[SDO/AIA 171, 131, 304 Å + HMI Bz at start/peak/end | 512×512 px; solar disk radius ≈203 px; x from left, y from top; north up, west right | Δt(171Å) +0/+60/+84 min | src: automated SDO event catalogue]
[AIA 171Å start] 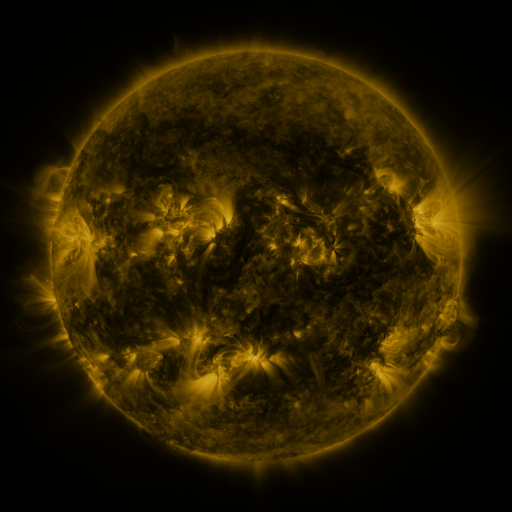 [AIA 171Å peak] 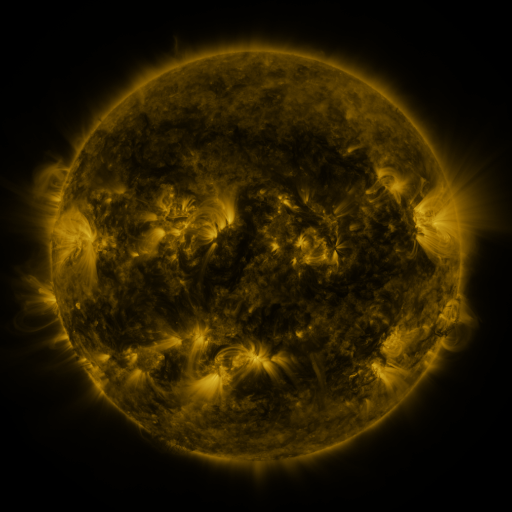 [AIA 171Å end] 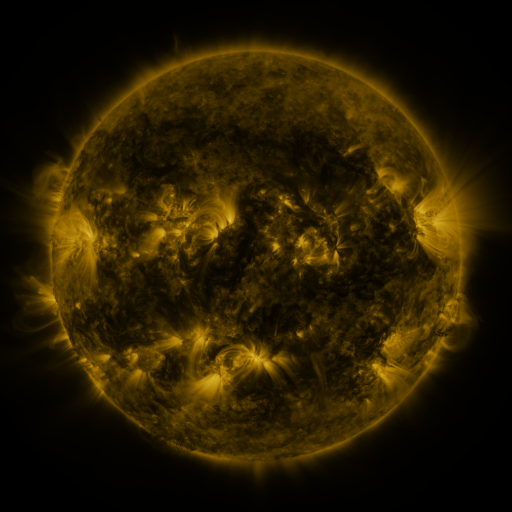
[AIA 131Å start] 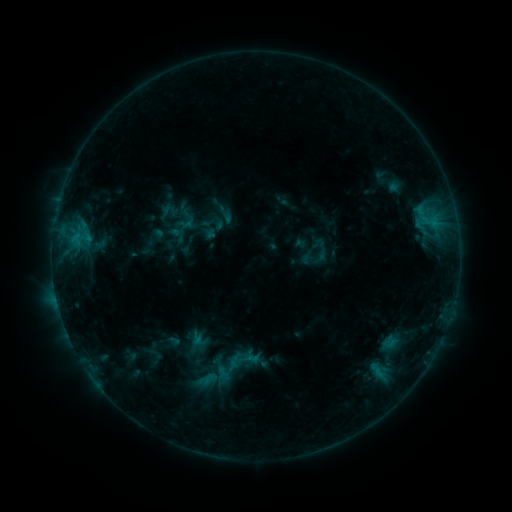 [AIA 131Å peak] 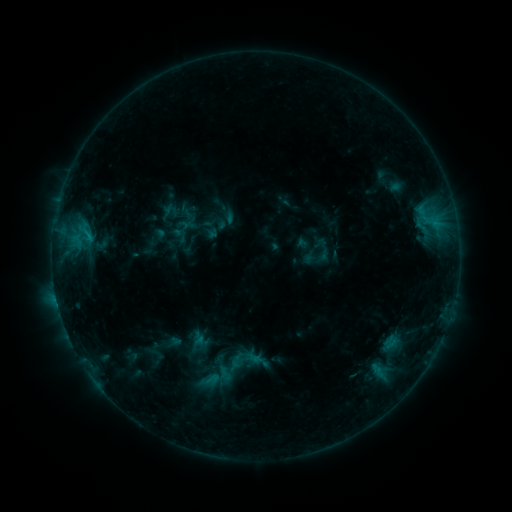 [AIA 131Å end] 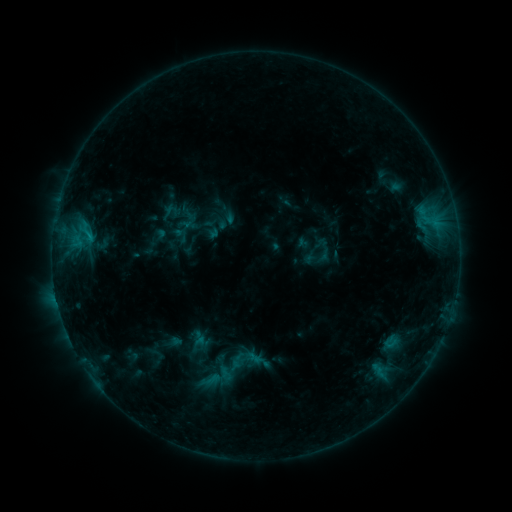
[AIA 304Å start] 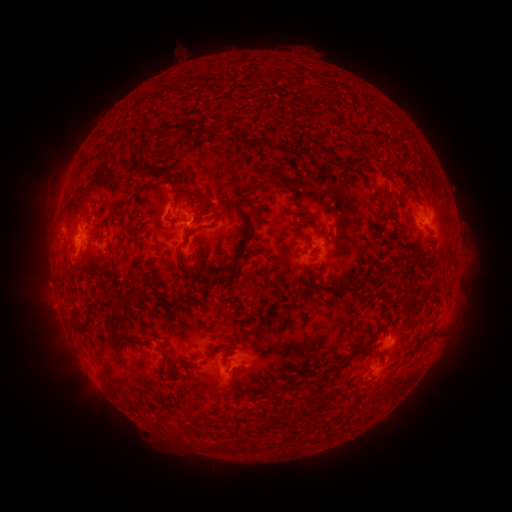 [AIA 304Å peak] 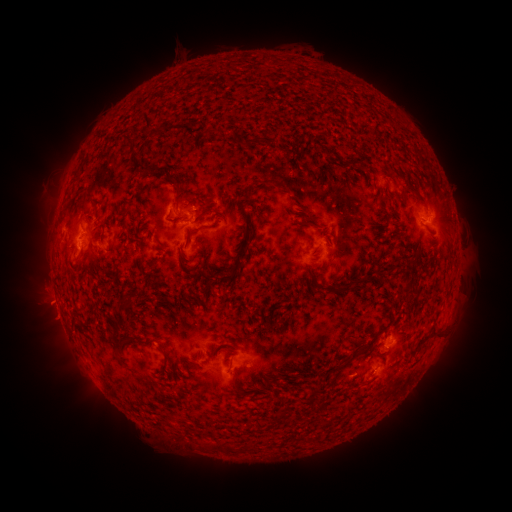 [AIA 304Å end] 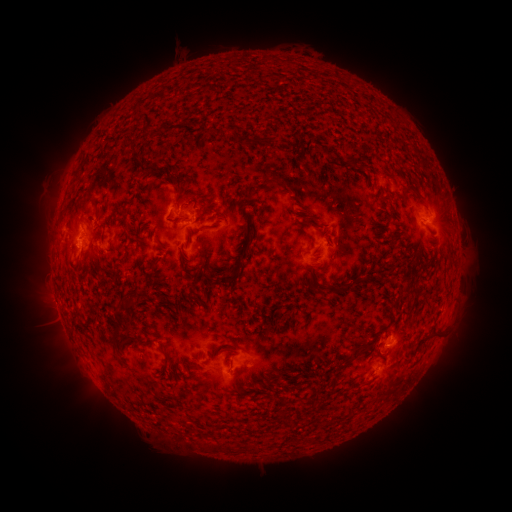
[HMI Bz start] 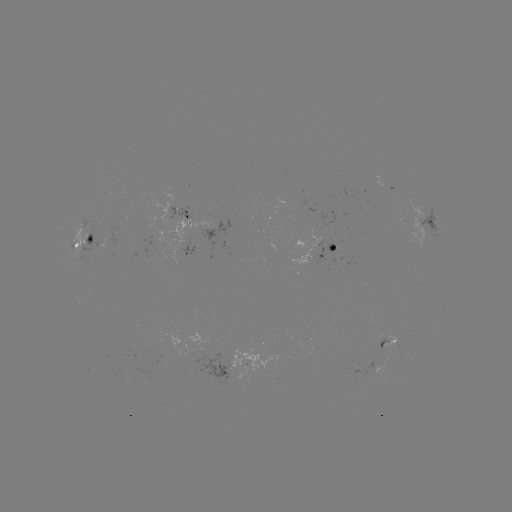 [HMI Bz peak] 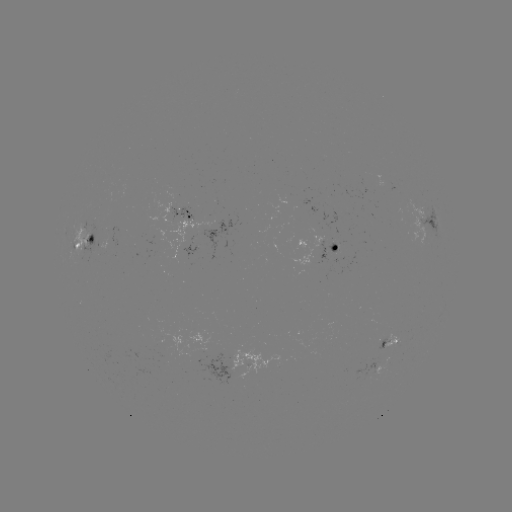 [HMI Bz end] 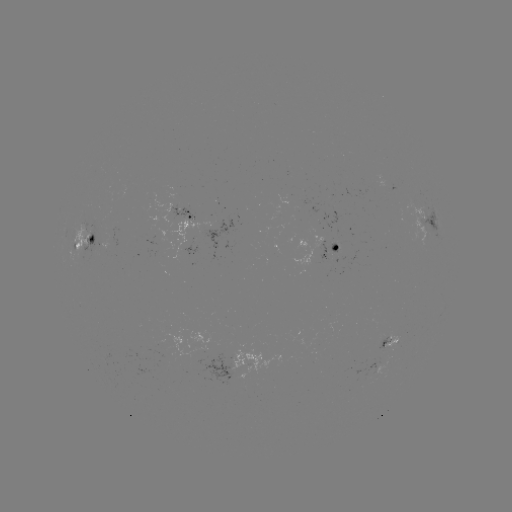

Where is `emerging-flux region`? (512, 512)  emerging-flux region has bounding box [311, 236, 324, 249].